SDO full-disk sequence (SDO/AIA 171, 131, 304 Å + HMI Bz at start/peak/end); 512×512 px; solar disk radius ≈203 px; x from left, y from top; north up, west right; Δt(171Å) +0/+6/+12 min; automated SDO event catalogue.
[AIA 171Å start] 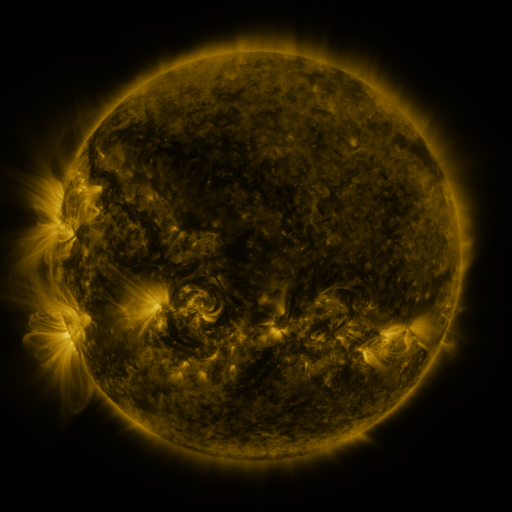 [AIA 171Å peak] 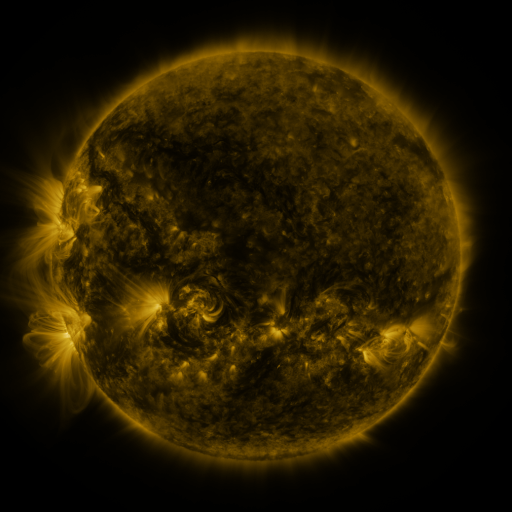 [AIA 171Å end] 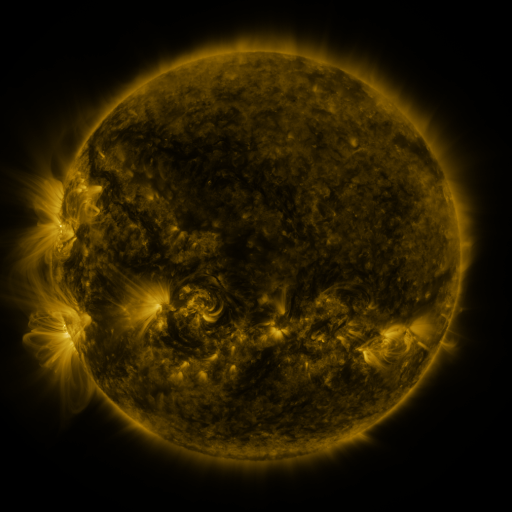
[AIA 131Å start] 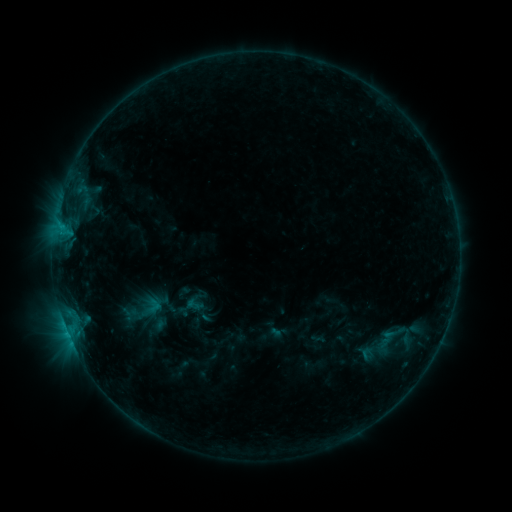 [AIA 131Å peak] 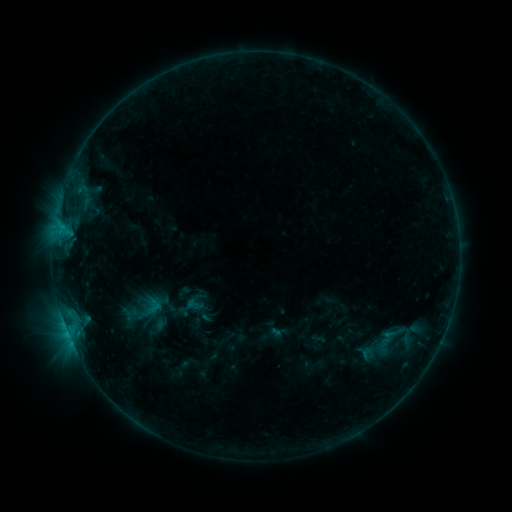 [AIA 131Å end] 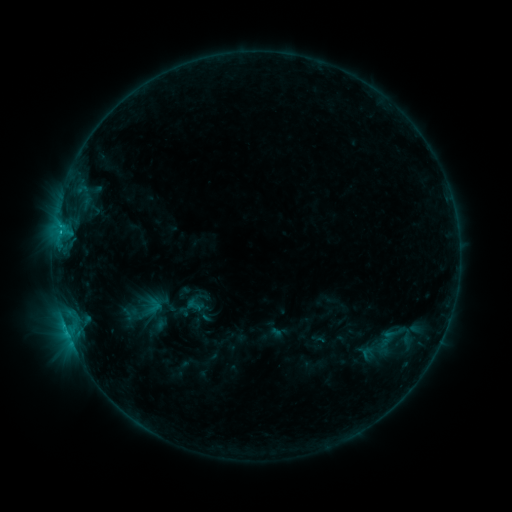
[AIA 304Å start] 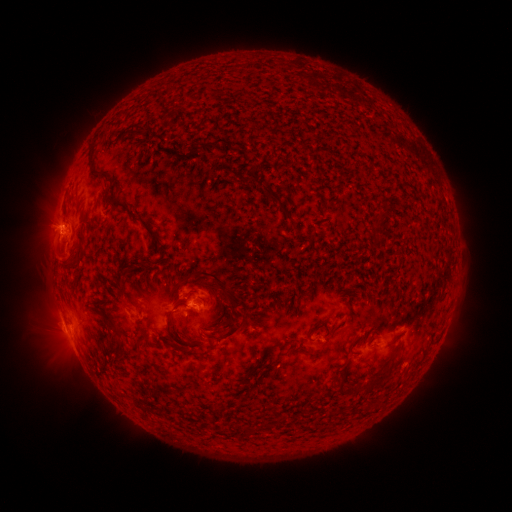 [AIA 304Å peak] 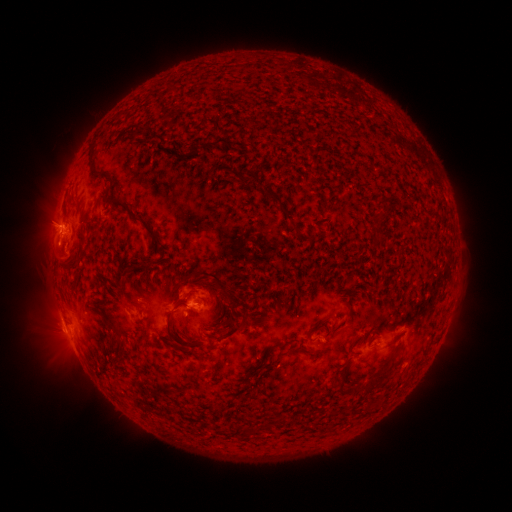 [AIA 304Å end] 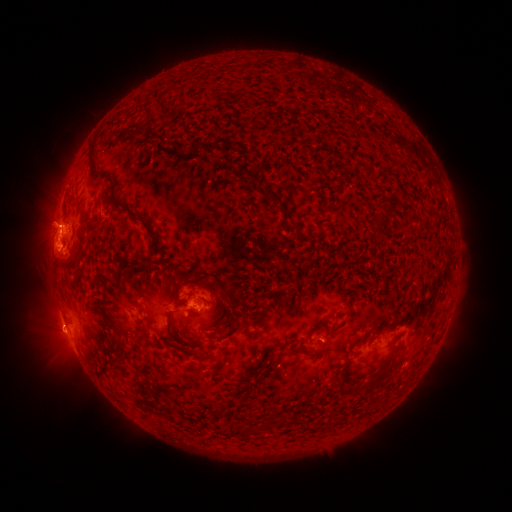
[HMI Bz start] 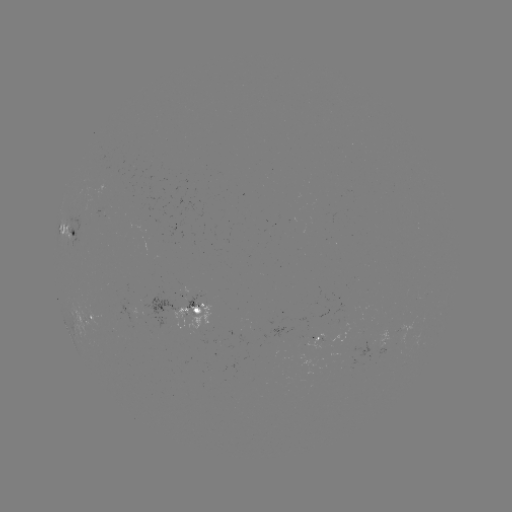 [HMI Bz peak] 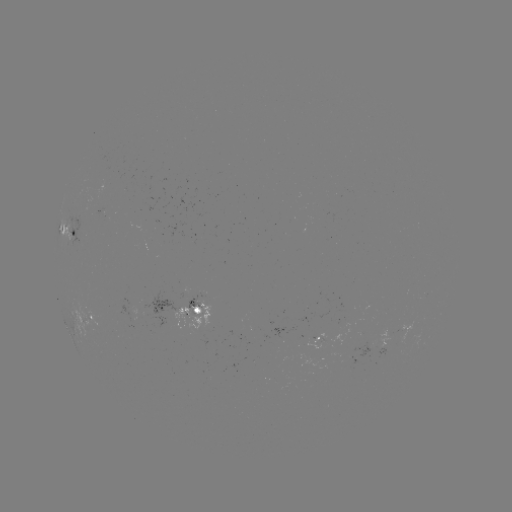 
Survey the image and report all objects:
eruption: (53, 252)
